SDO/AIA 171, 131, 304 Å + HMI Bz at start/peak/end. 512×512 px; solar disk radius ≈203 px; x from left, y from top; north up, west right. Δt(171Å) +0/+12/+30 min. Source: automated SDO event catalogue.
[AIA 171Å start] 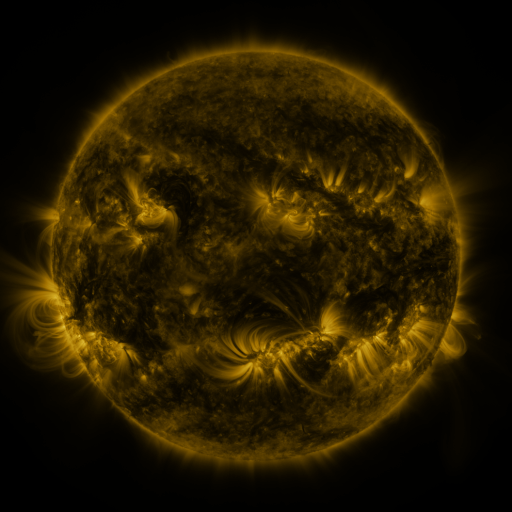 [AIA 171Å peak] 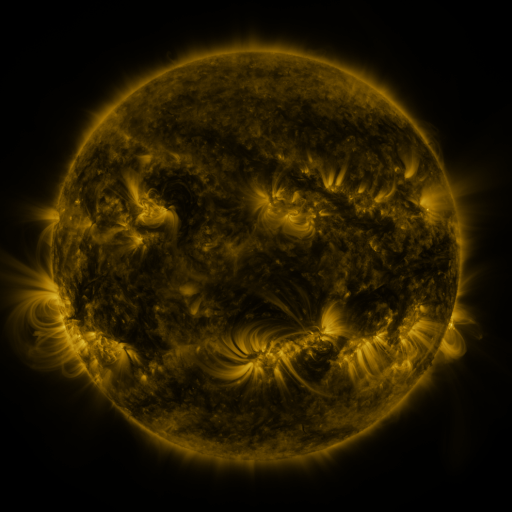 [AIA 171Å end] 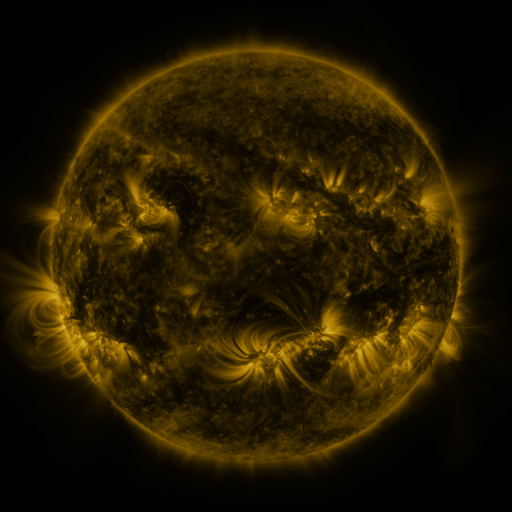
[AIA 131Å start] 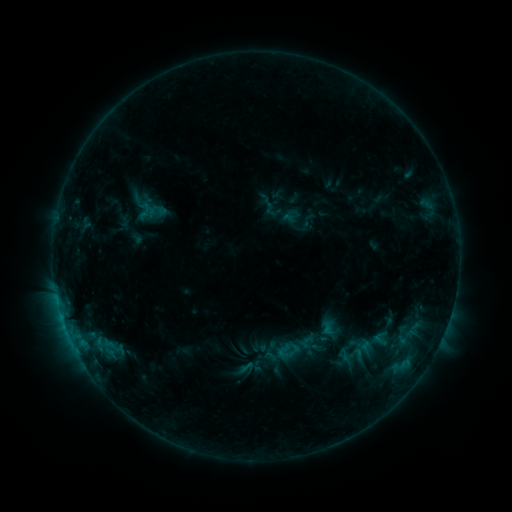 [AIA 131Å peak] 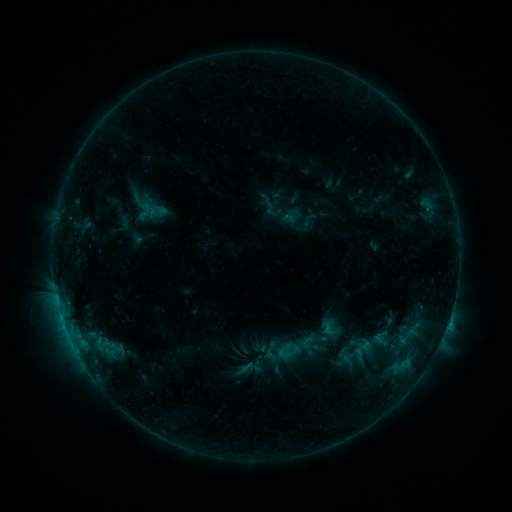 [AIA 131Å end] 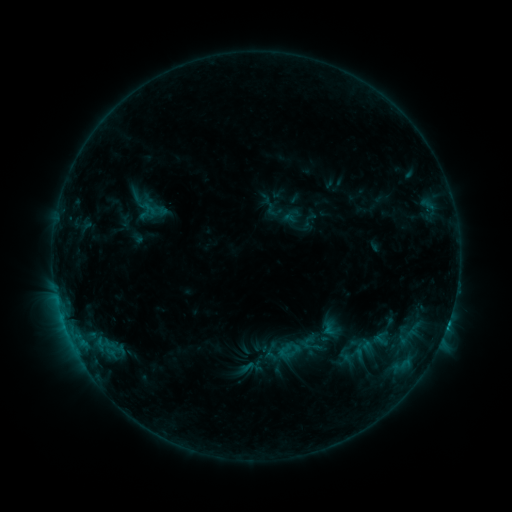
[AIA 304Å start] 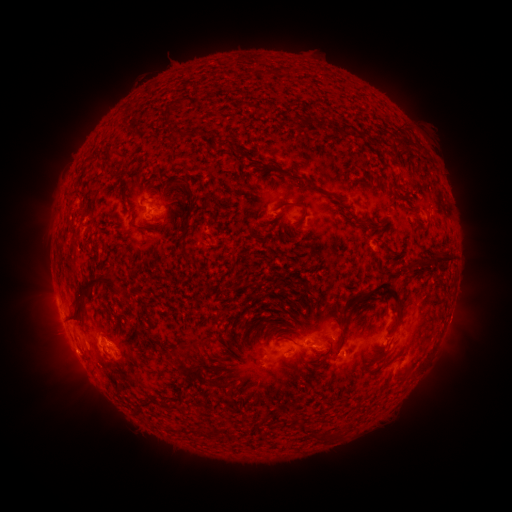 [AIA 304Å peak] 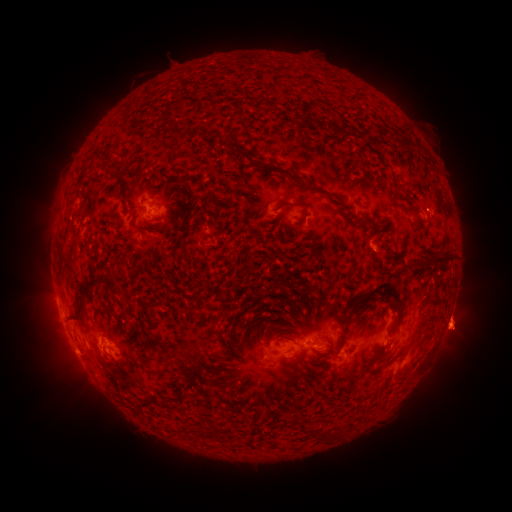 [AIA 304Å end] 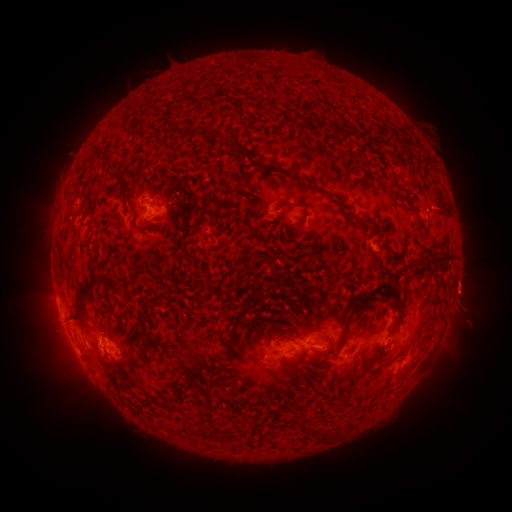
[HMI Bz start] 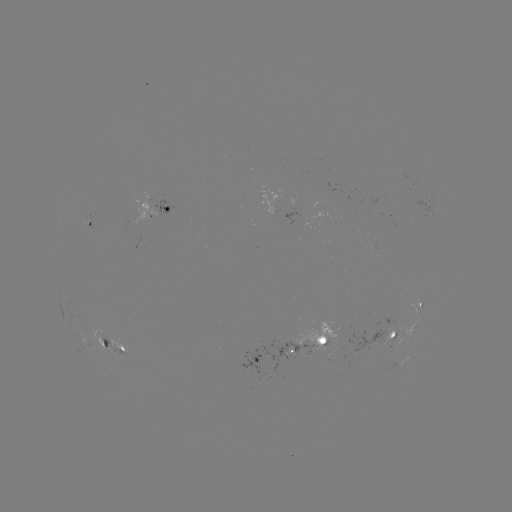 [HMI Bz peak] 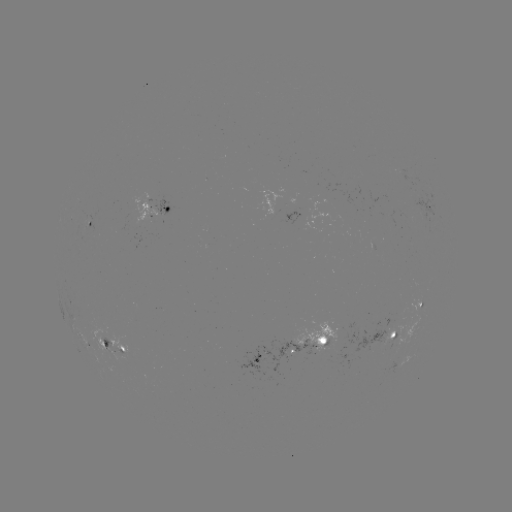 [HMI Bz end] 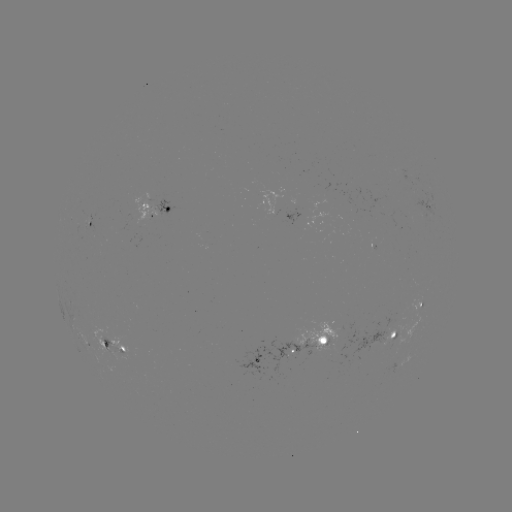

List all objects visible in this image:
eruption: (462, 326)
